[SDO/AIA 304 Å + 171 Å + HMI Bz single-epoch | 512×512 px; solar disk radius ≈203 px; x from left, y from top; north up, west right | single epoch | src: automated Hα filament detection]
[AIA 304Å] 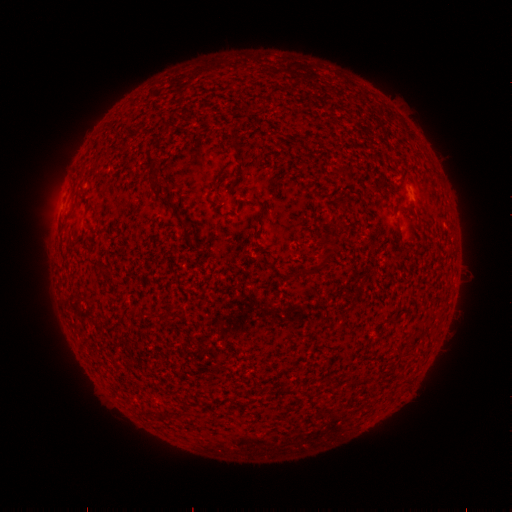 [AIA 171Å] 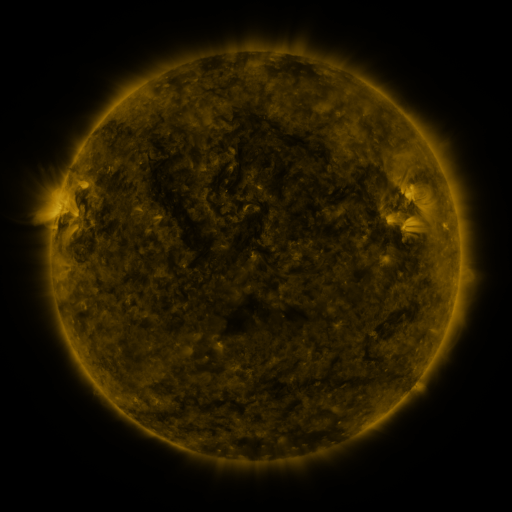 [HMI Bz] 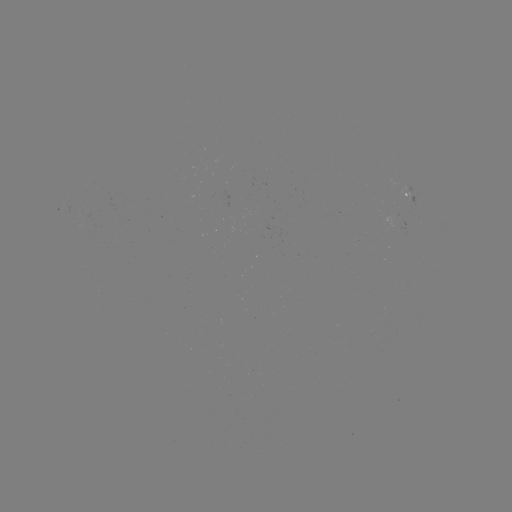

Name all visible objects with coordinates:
filament: (144, 149, 159, 175)
filament: (162, 199, 176, 209)
filament: (338, 200, 350, 213)
filament: (402, 205, 413, 211)
filament: (259, 209, 266, 219)
filament: (177, 217, 190, 225)
filament: (330, 240, 338, 249)
filament: (318, 254, 330, 268)
filament: (285, 383, 296, 394)
